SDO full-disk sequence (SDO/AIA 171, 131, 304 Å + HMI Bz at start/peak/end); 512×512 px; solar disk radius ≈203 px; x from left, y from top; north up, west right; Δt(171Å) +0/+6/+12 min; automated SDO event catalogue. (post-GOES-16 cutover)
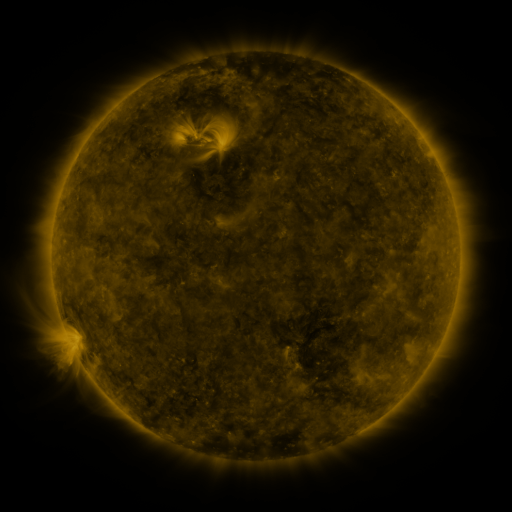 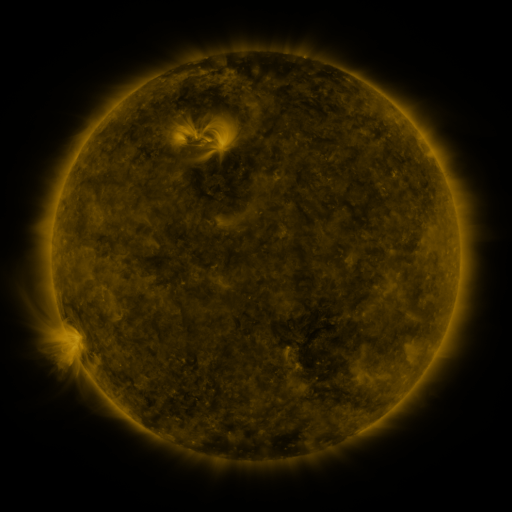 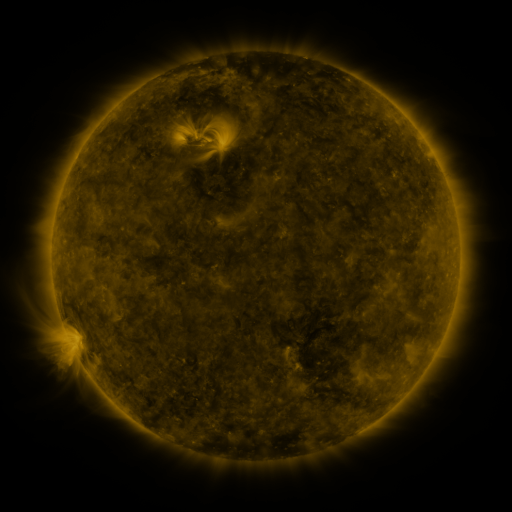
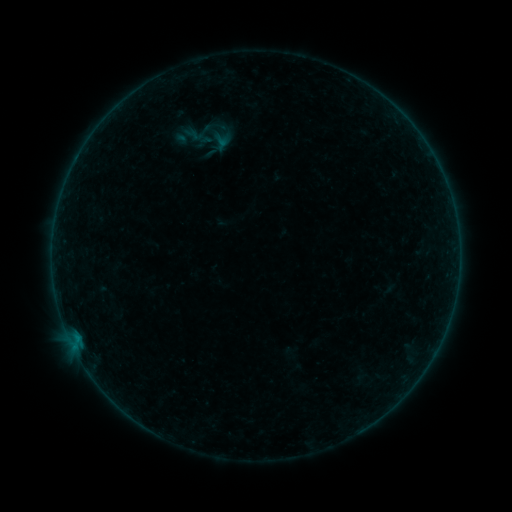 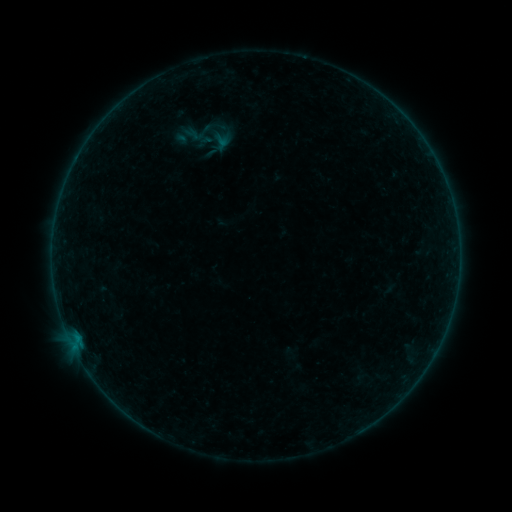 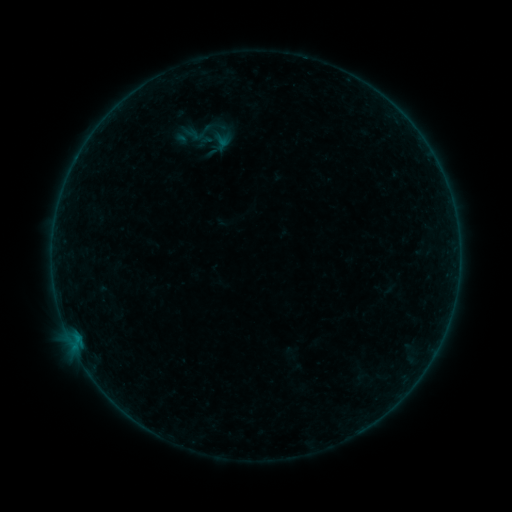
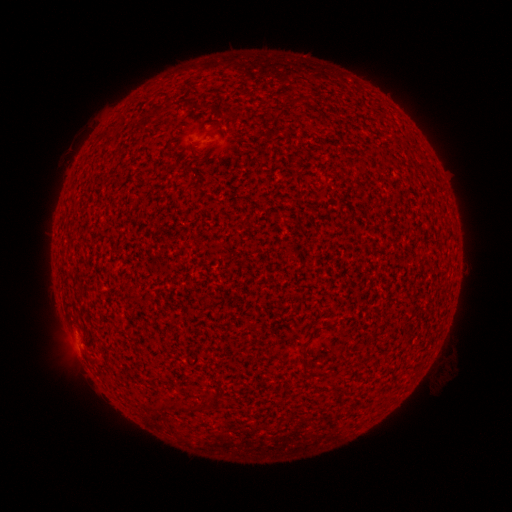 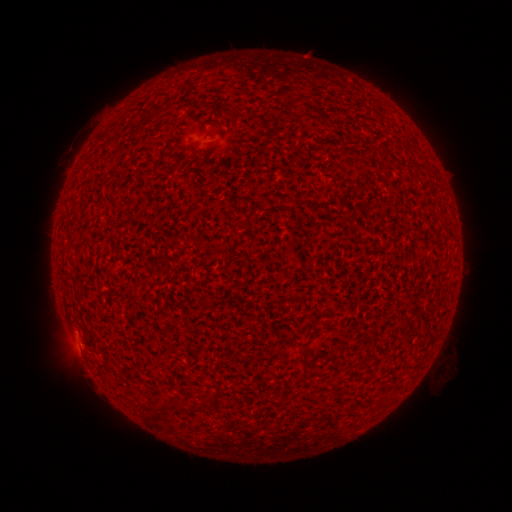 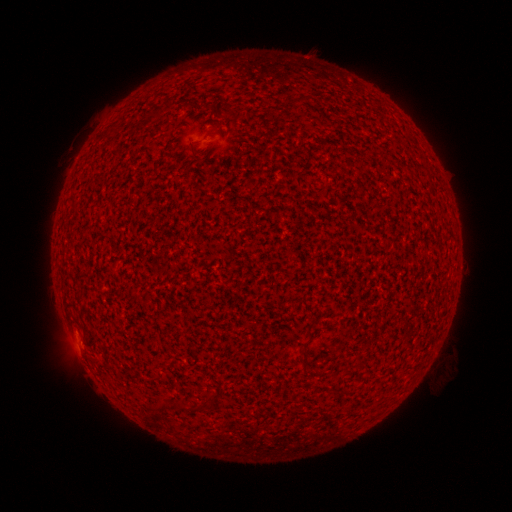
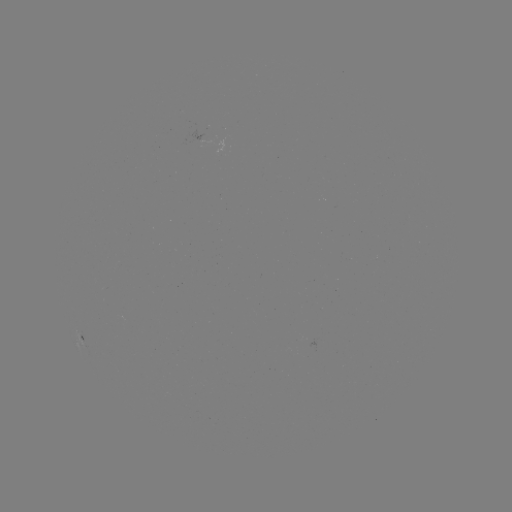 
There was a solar flare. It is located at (78, 341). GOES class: A5.7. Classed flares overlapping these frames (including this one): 1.